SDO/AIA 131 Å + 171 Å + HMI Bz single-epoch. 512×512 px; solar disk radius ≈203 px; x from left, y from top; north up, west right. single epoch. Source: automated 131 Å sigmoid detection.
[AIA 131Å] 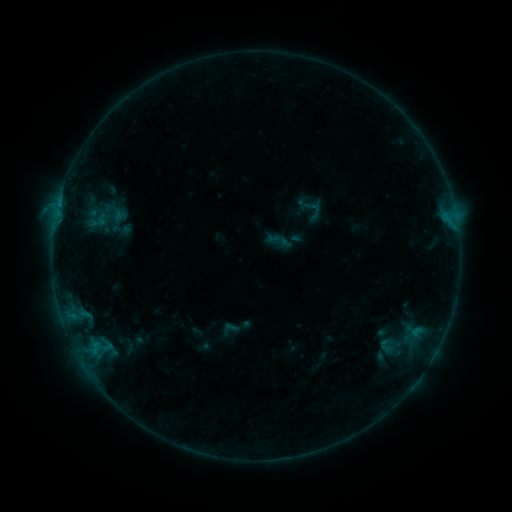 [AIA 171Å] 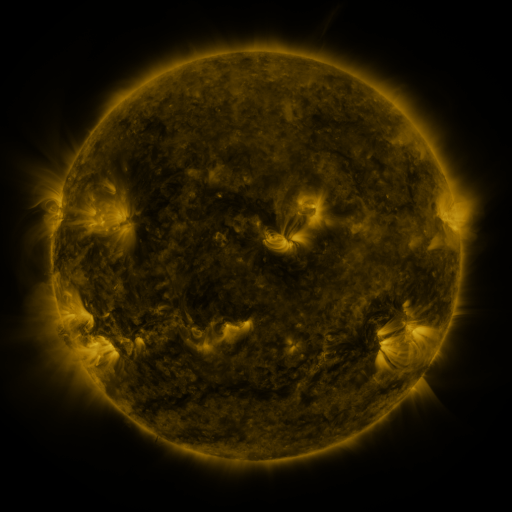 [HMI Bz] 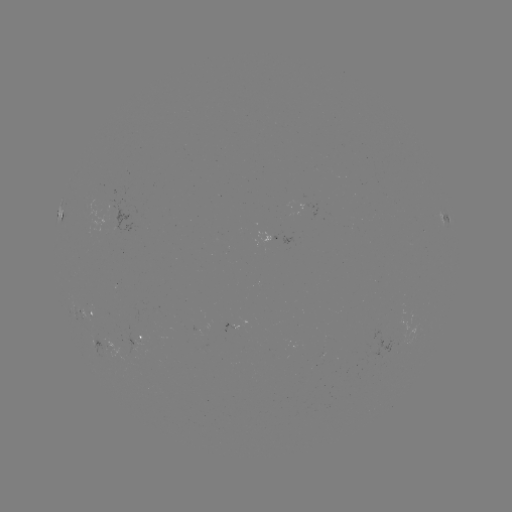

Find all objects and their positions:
sigmoid: (230, 328)
sigmoid: (388, 346)
